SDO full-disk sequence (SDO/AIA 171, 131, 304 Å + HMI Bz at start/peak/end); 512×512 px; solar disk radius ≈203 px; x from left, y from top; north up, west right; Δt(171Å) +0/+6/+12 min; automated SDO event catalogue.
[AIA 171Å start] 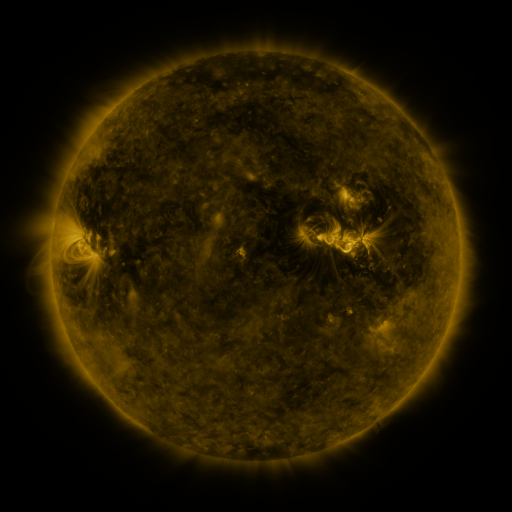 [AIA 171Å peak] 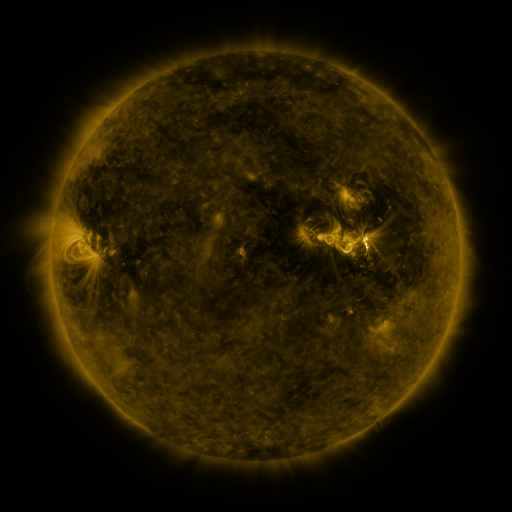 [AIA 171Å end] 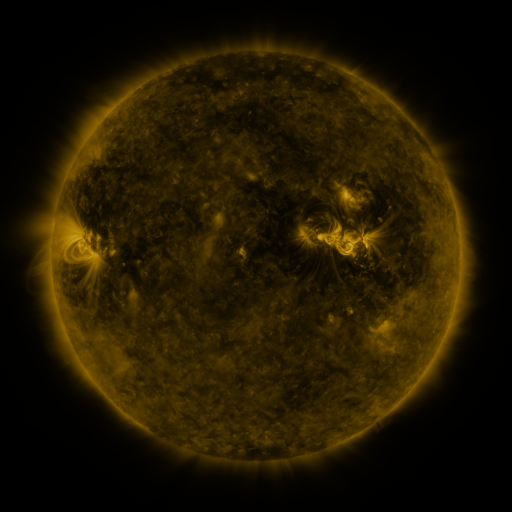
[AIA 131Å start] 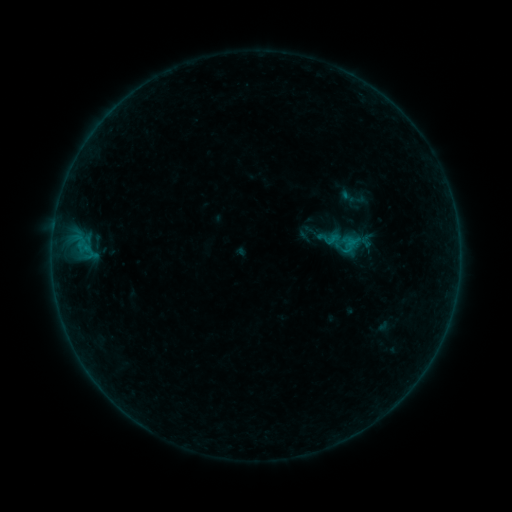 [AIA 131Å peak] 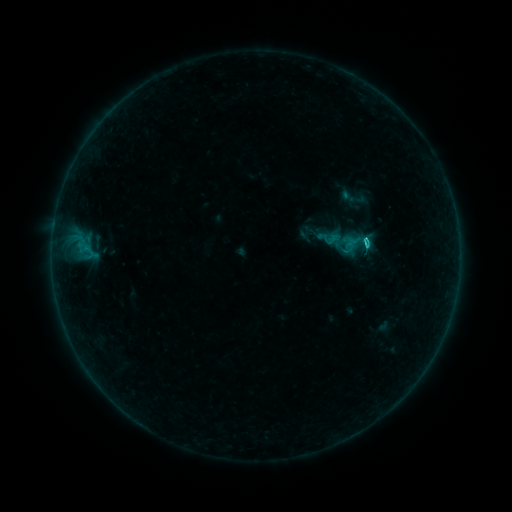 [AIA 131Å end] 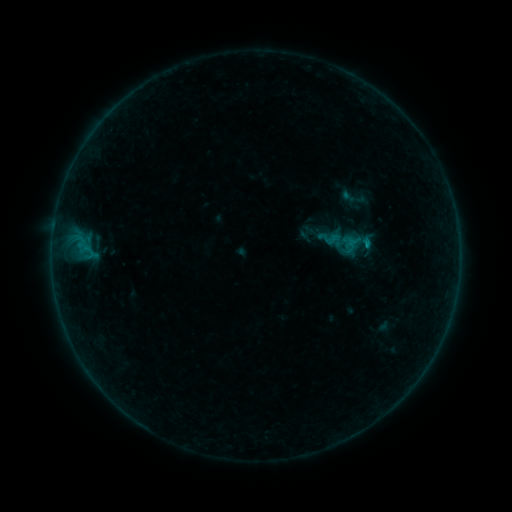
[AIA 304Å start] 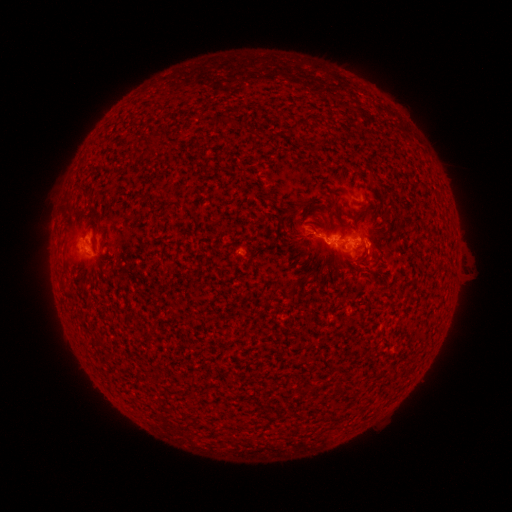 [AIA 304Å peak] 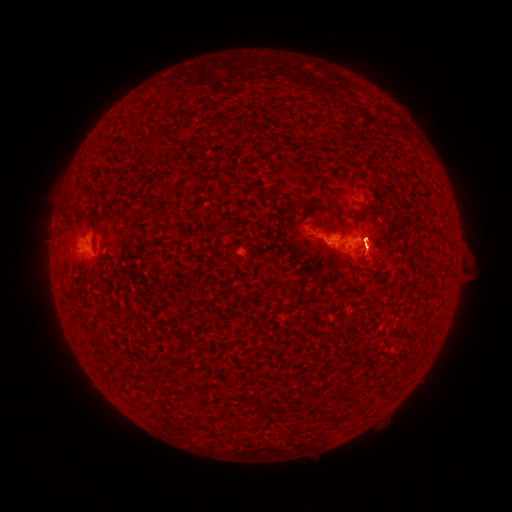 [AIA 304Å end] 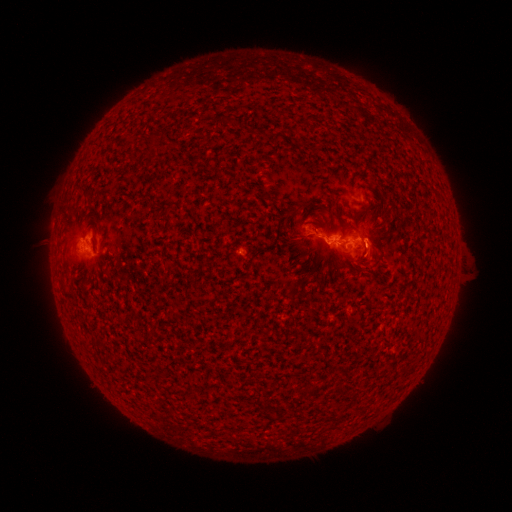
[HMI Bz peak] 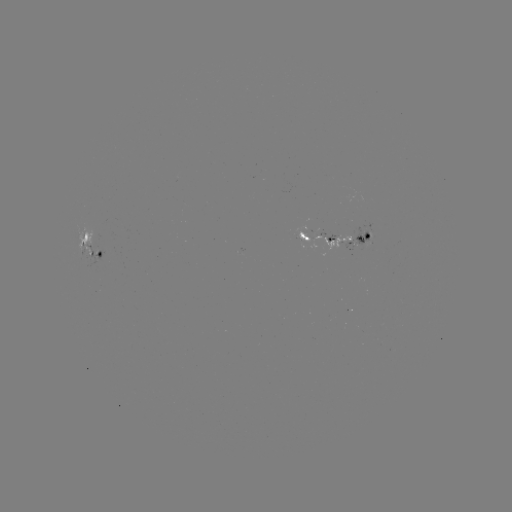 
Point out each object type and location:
C1.0 flare: (366, 248)
